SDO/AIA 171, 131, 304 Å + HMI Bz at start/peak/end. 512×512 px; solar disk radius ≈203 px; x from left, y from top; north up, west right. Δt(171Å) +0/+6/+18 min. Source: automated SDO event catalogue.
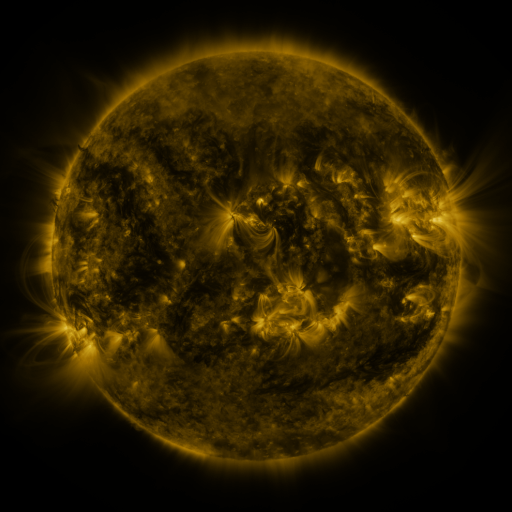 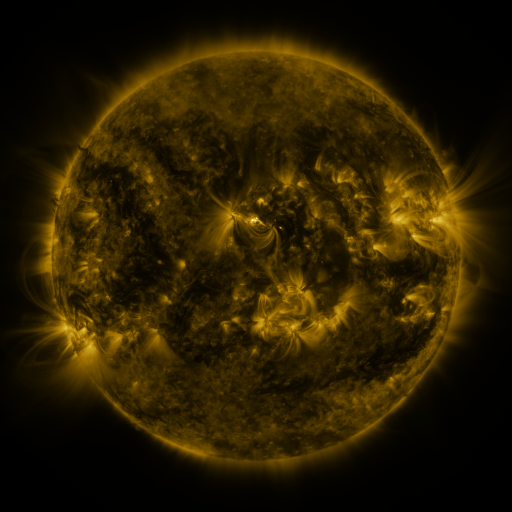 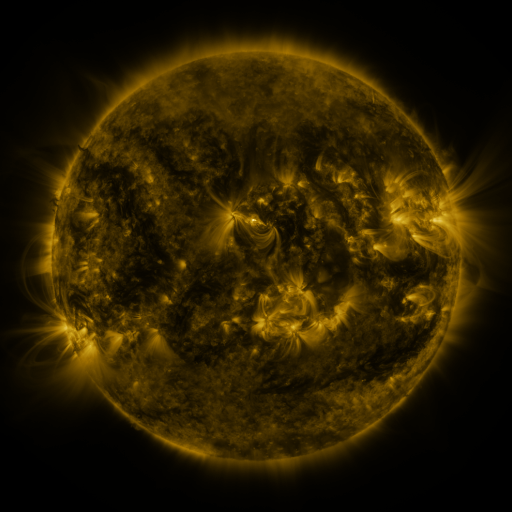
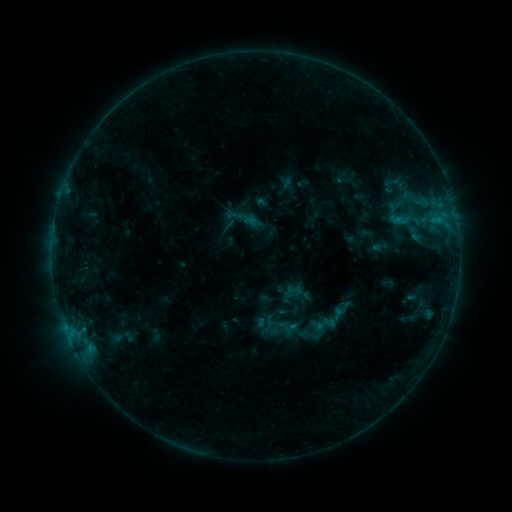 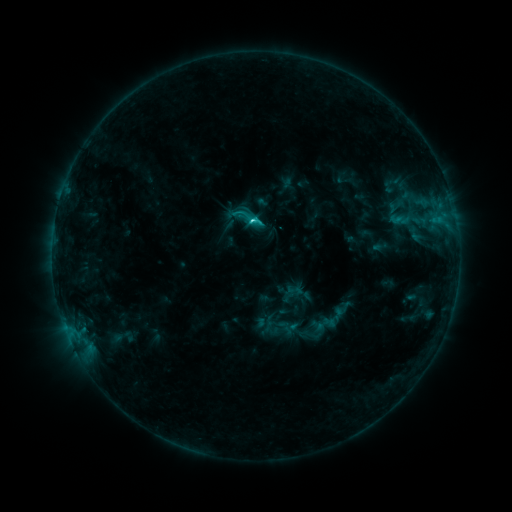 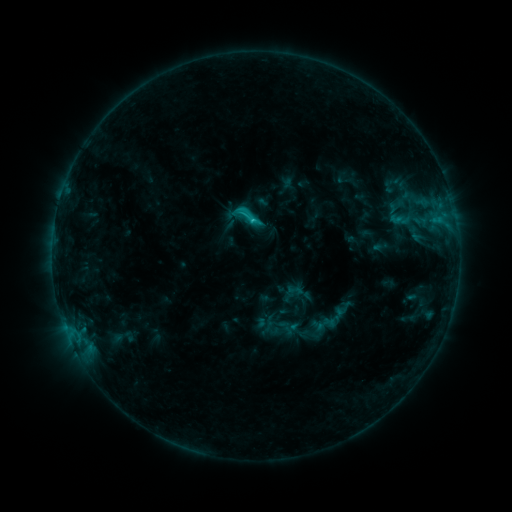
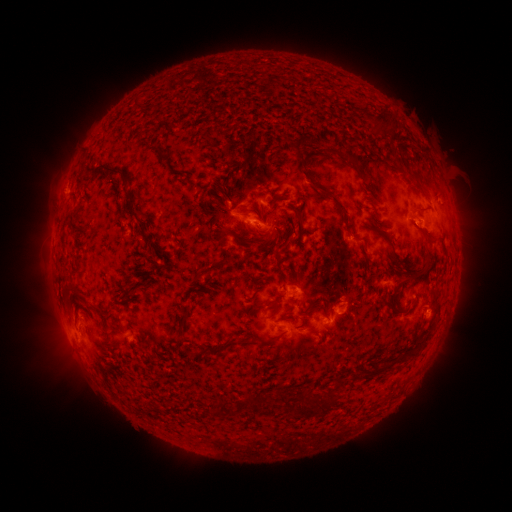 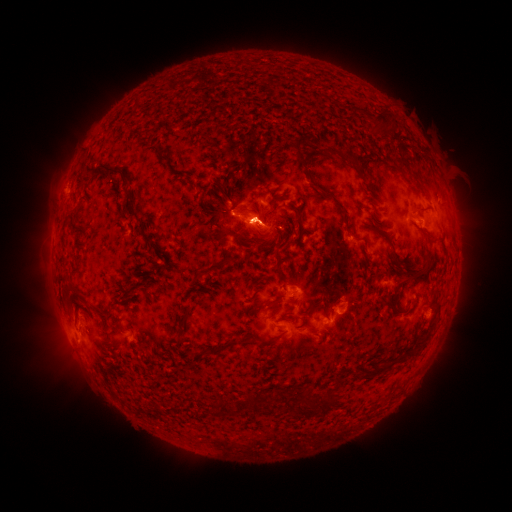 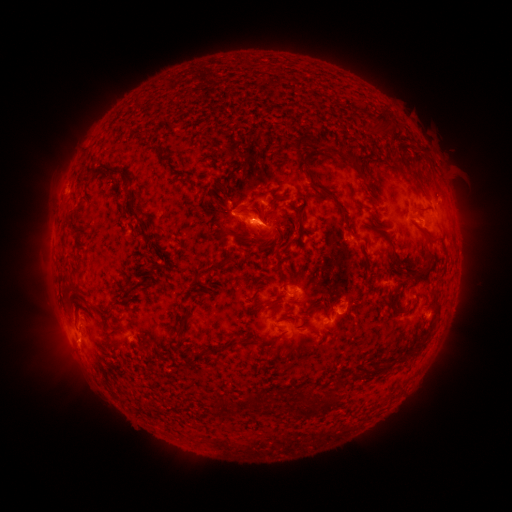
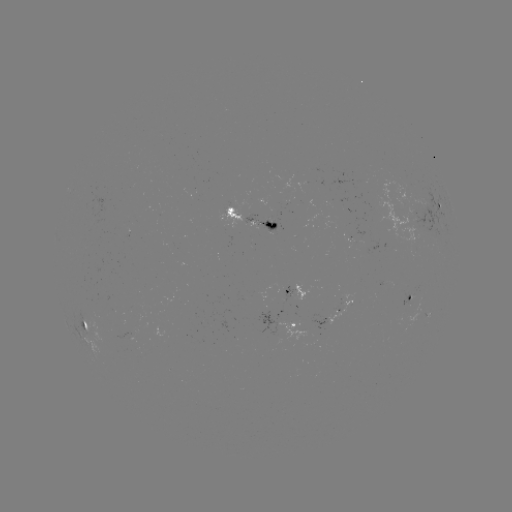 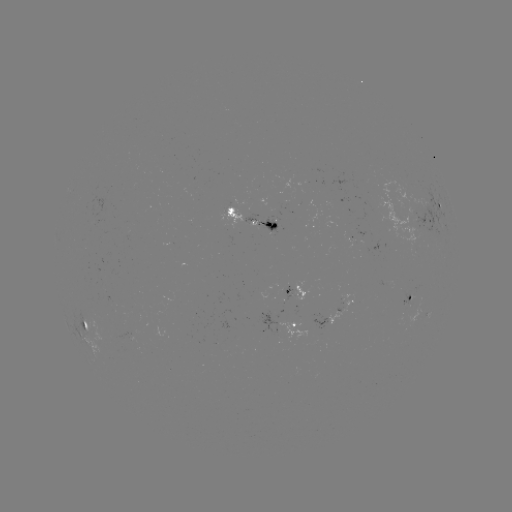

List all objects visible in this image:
C1.9 flare: (256, 222)
